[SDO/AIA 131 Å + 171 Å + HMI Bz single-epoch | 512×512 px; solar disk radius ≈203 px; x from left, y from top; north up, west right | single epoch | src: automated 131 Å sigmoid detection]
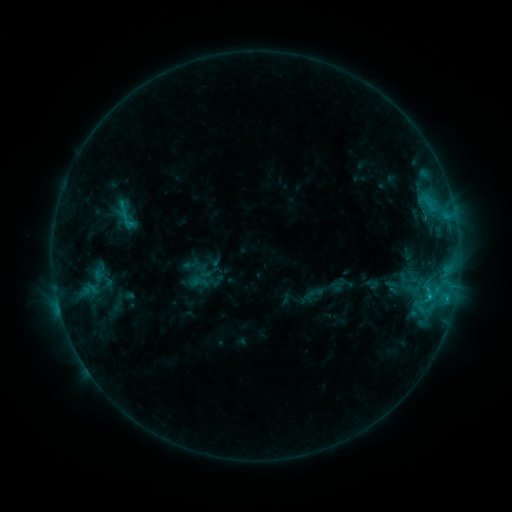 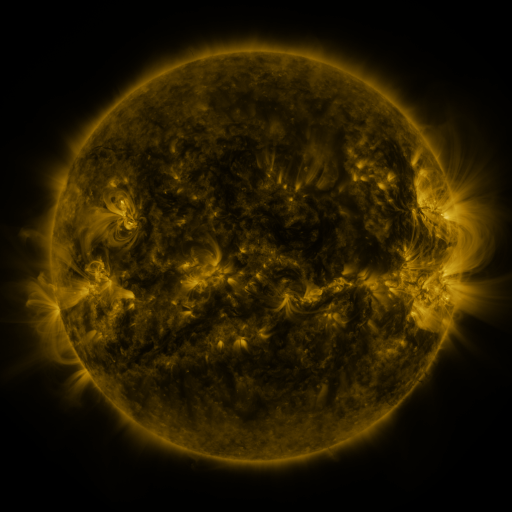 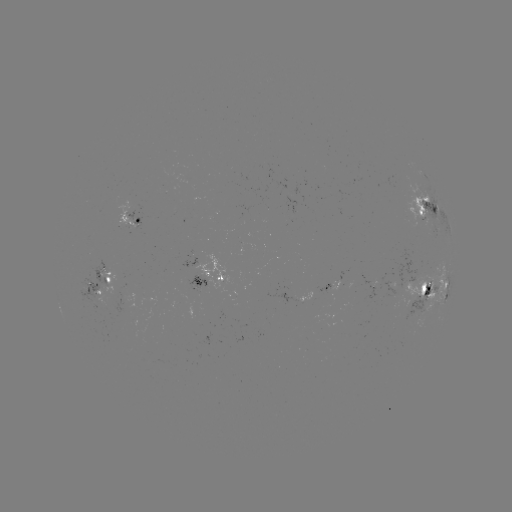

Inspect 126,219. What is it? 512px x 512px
sigmoid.